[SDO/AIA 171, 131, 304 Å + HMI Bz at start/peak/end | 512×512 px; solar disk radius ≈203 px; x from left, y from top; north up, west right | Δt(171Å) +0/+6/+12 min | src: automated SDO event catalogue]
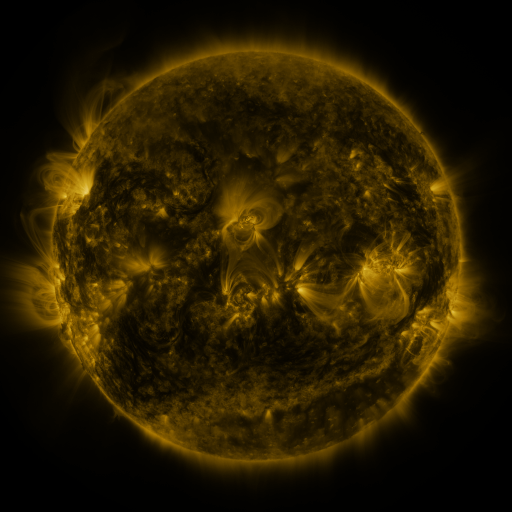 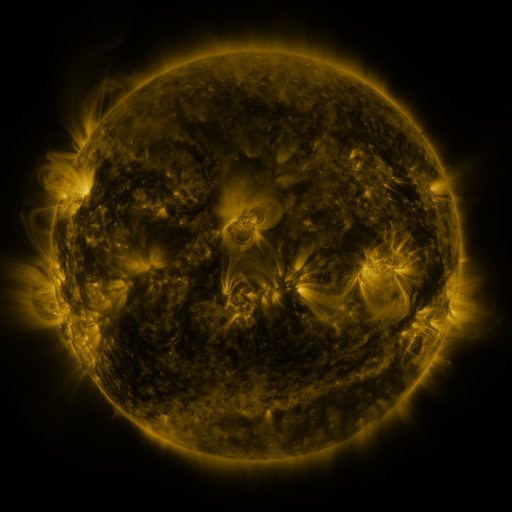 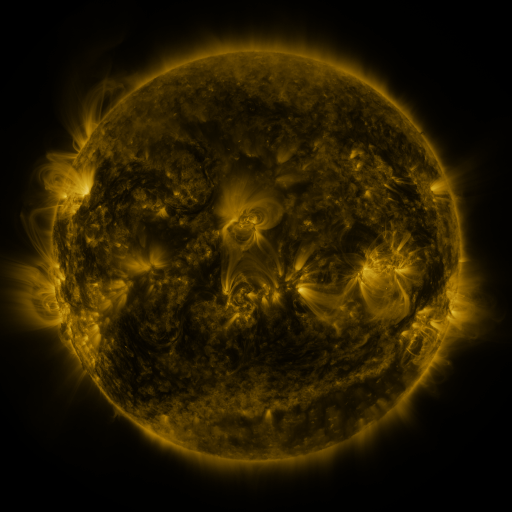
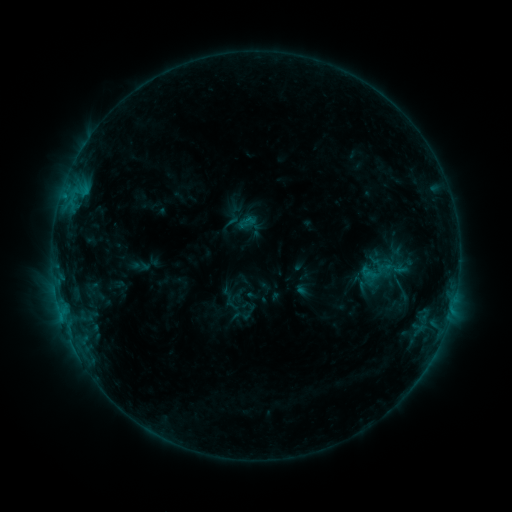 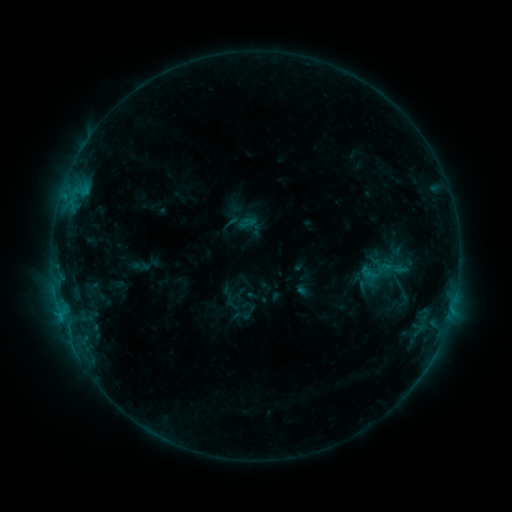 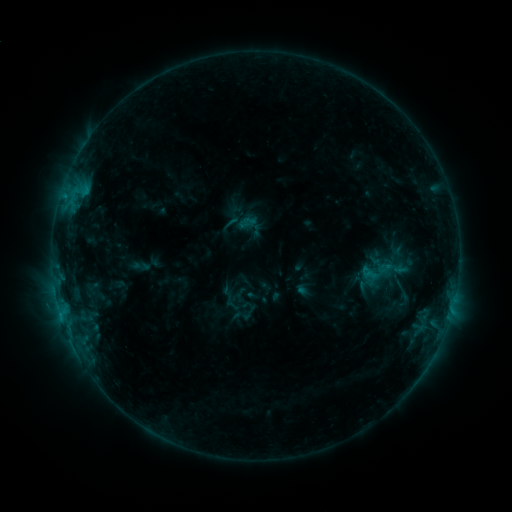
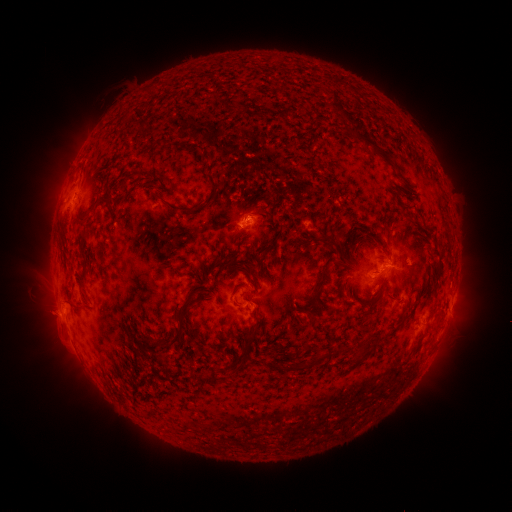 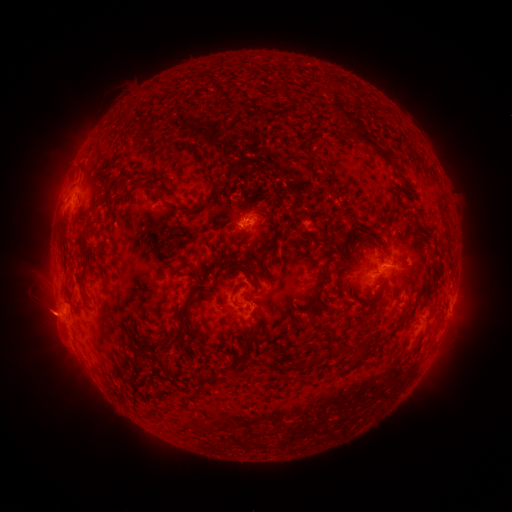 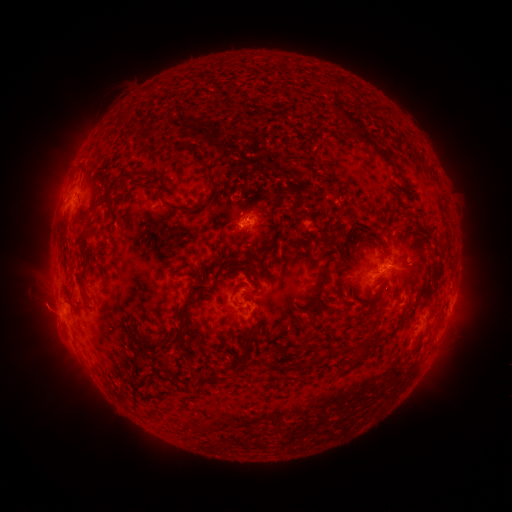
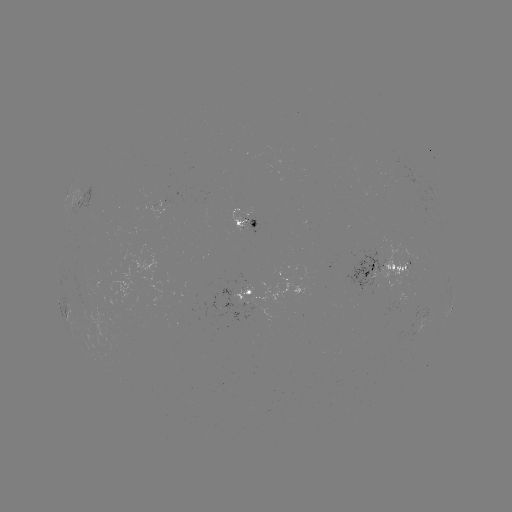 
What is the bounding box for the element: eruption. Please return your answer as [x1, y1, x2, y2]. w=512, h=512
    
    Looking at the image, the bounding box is [18, 287, 75, 343].